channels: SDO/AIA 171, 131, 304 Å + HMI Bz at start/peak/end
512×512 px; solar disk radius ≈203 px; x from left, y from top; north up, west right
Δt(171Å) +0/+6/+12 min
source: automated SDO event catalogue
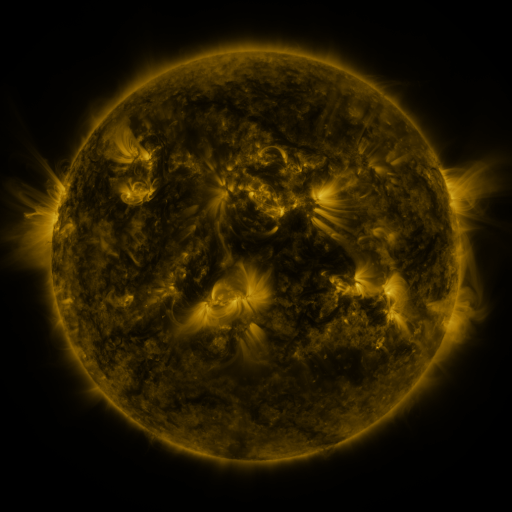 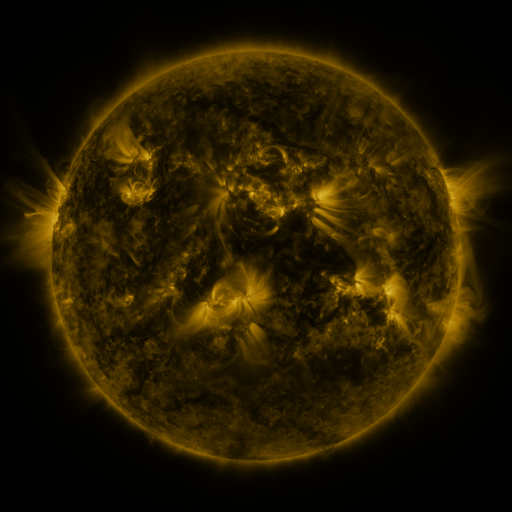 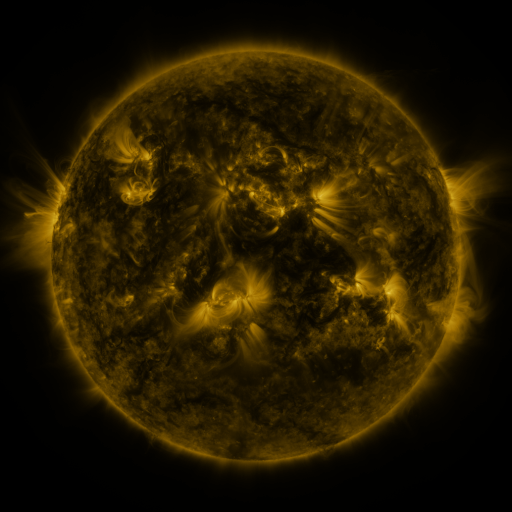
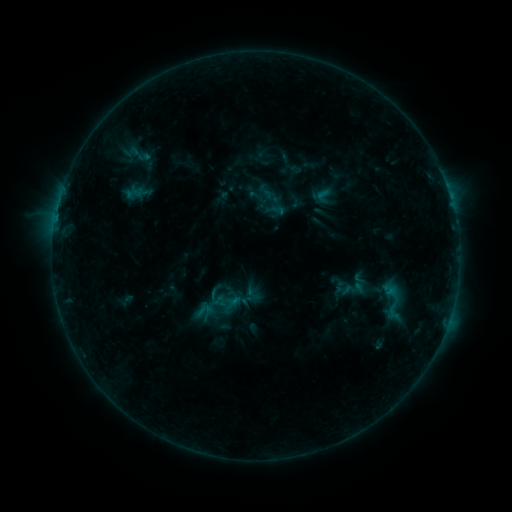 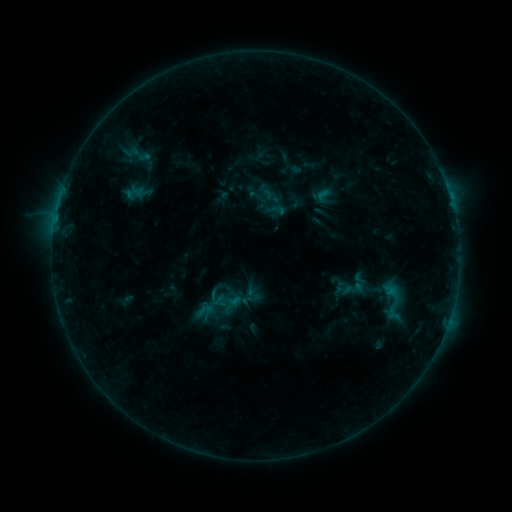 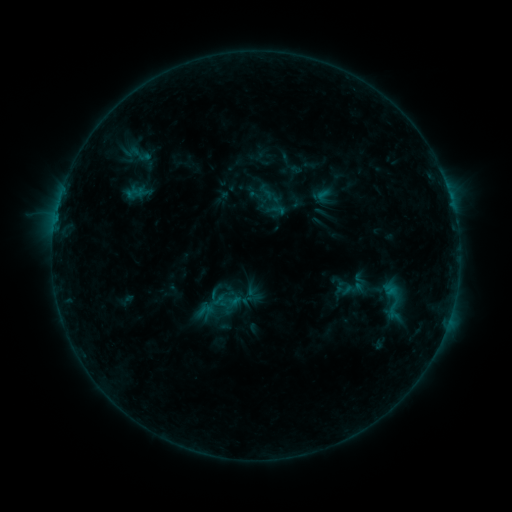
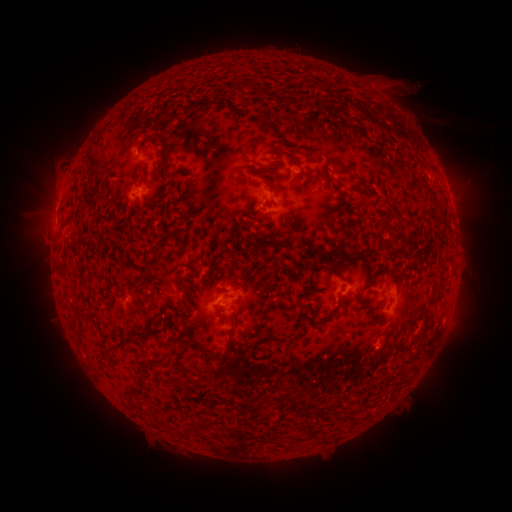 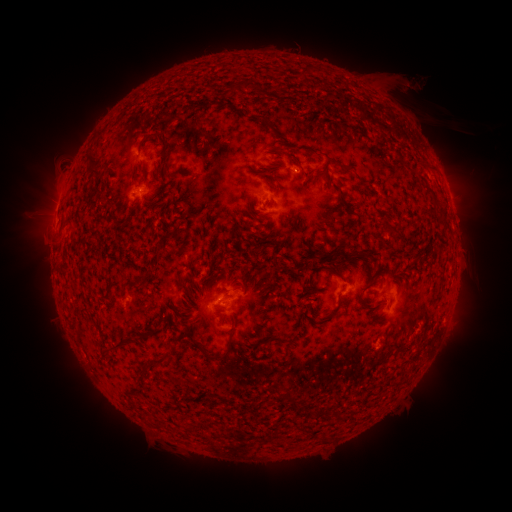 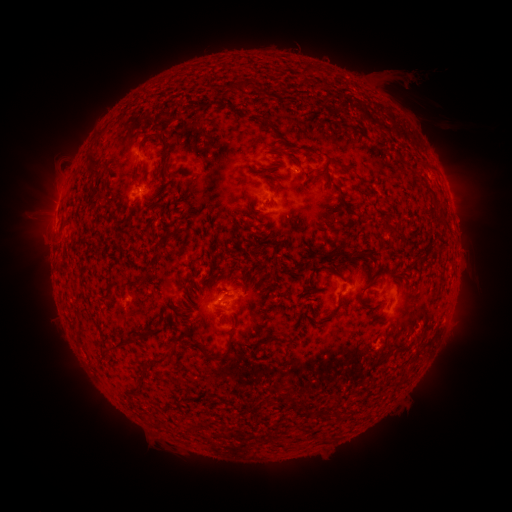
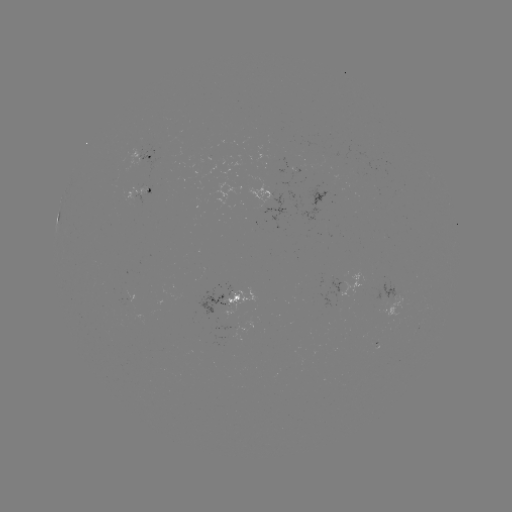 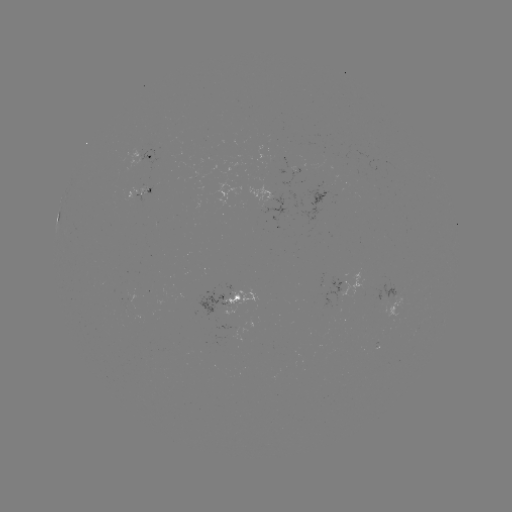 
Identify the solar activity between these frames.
no catalogued flare and no flagged EUV brightening in this window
